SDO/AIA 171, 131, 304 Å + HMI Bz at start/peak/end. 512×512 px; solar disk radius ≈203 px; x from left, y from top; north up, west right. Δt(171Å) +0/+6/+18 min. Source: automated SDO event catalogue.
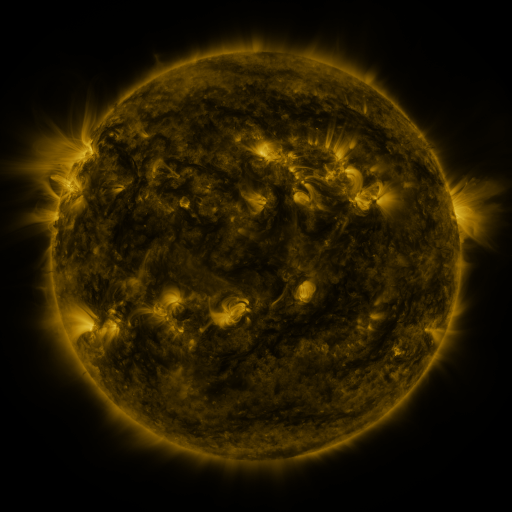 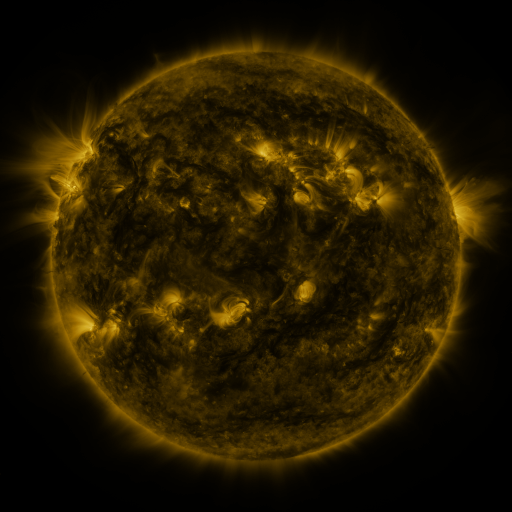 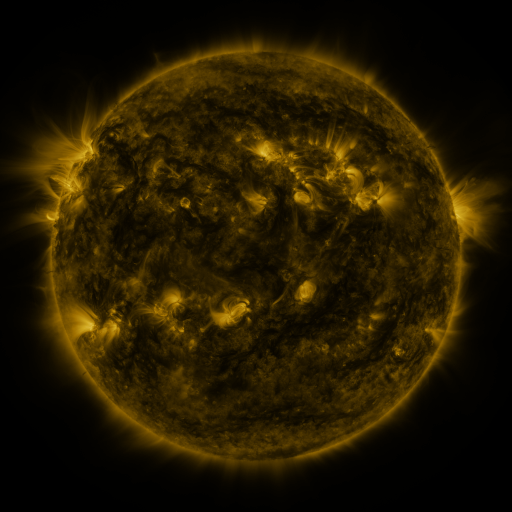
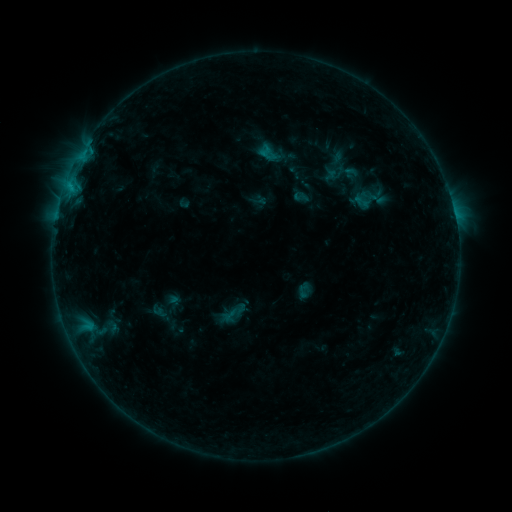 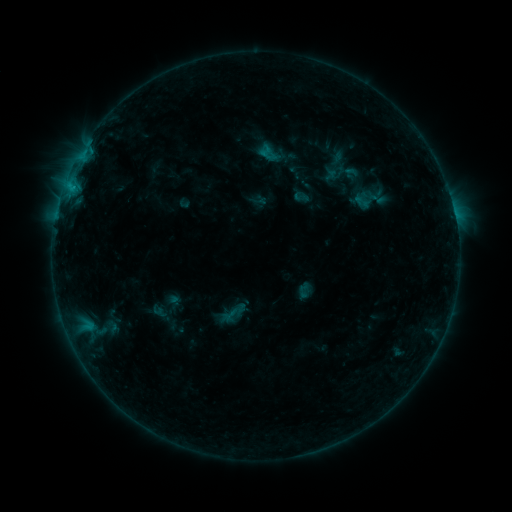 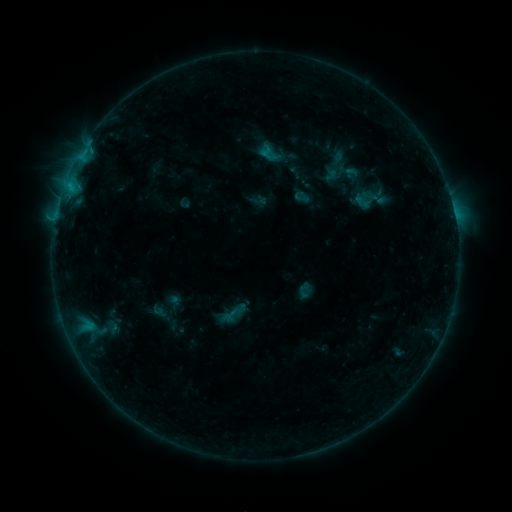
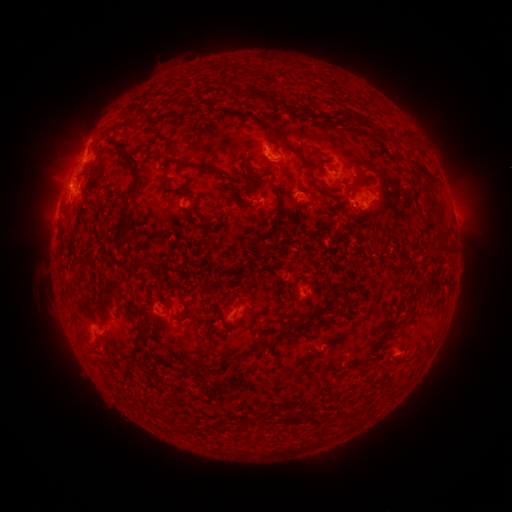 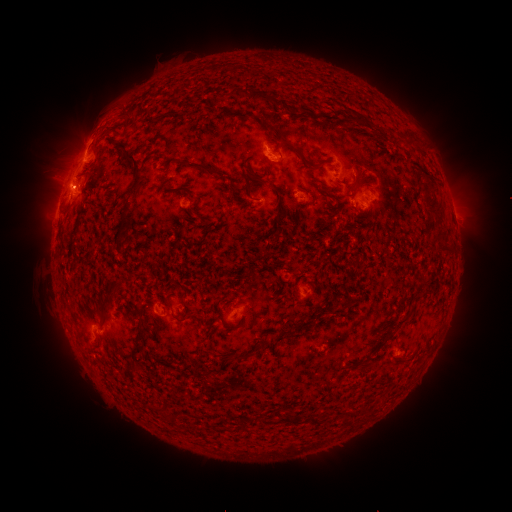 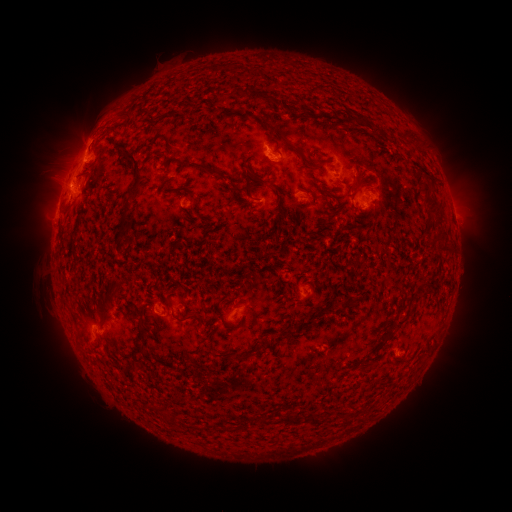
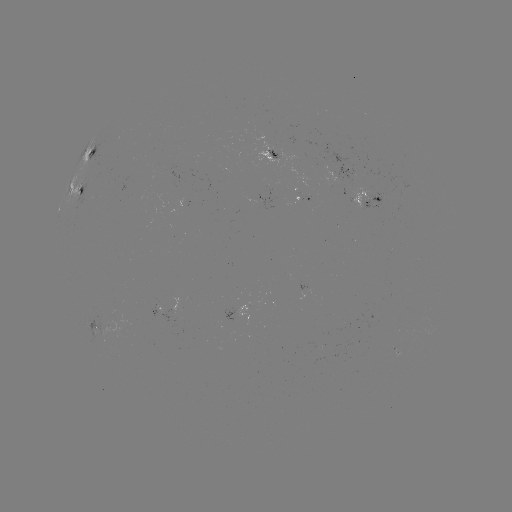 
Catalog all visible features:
eruption: (57, 169)
